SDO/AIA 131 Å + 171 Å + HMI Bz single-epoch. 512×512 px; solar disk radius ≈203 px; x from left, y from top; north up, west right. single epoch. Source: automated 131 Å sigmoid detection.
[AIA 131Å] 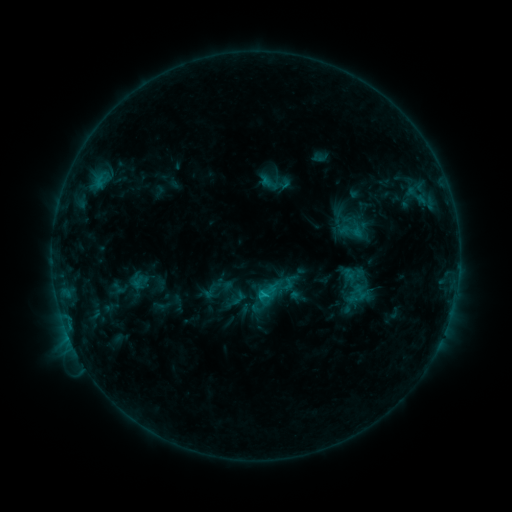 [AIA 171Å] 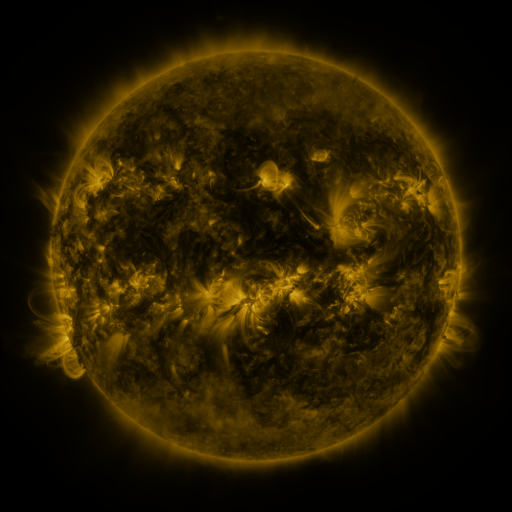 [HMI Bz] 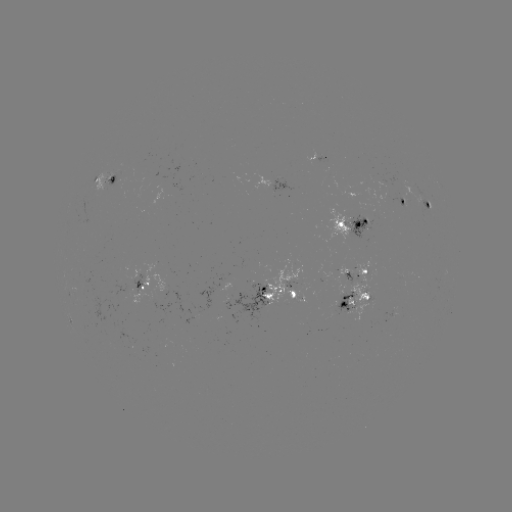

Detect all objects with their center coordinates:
sigmoid: (352, 229)
sigmoid: (267, 293)
